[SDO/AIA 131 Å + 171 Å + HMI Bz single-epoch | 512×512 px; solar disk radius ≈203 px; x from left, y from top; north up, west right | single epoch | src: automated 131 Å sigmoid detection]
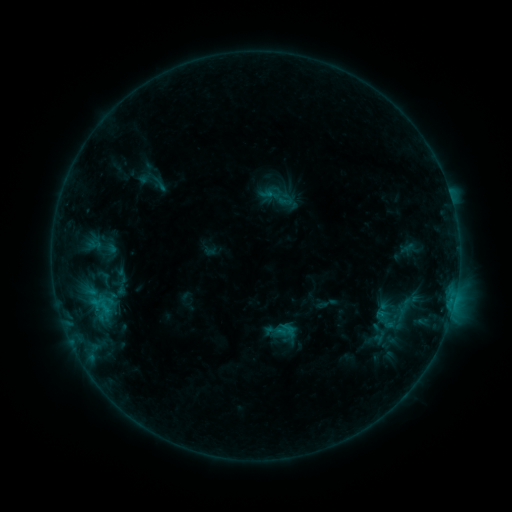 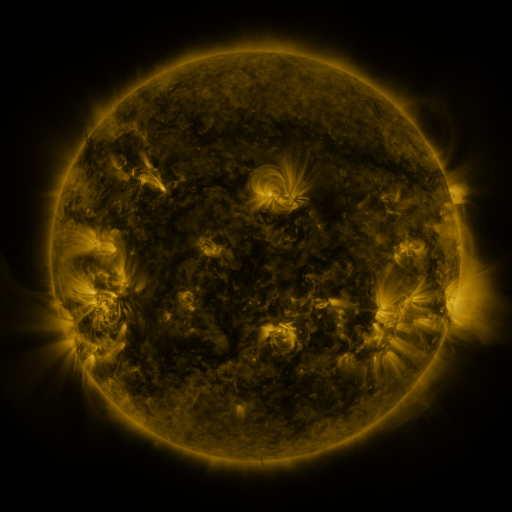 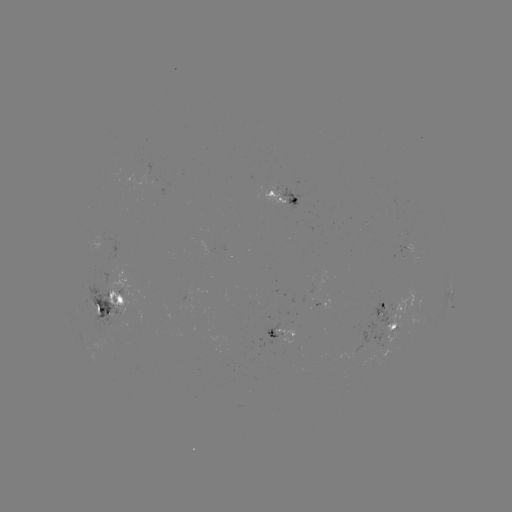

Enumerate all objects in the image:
sigmoid: <bbox>150, 173, 169, 194</bbox>
sigmoid: <bbox>369, 280, 427, 338</bbox>
